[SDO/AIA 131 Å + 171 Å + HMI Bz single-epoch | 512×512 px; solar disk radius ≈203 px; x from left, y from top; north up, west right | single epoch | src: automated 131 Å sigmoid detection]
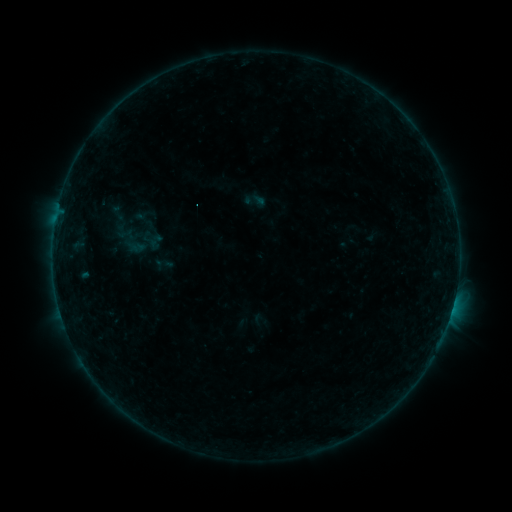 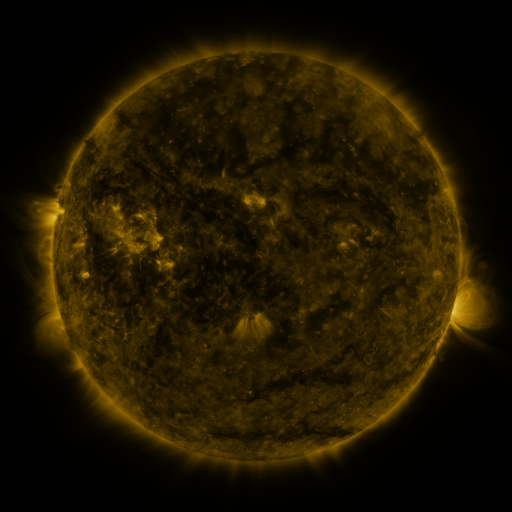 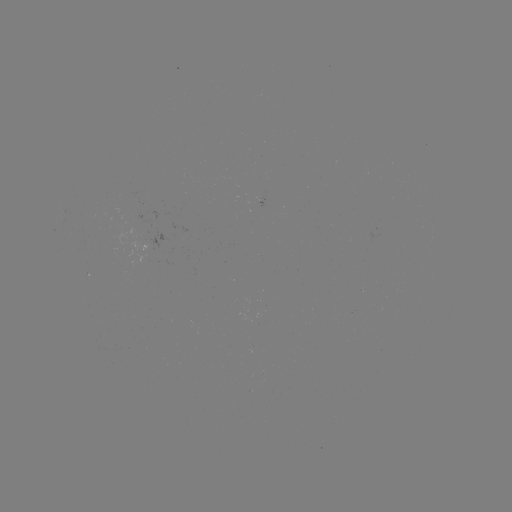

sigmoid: [146, 232, 164, 251]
